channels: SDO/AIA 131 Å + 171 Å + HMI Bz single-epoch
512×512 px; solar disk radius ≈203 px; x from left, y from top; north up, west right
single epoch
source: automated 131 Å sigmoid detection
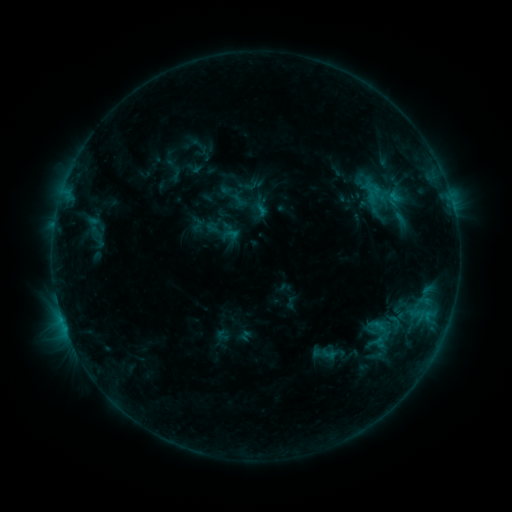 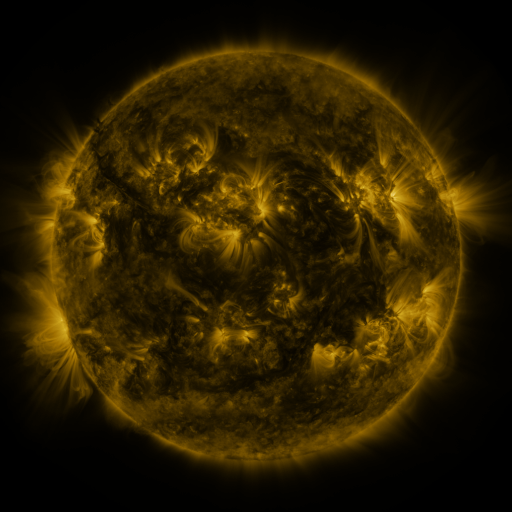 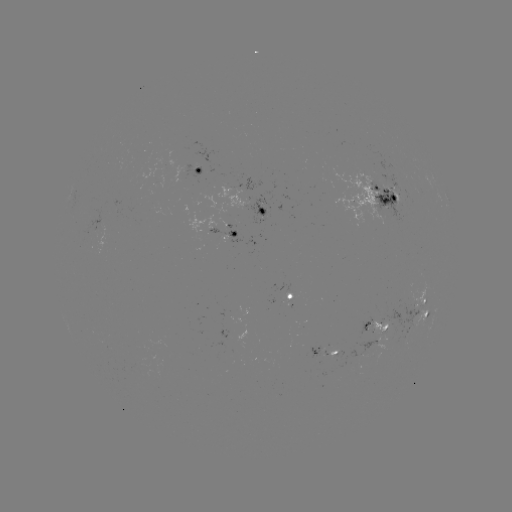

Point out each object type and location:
sigmoid: (260, 210)
